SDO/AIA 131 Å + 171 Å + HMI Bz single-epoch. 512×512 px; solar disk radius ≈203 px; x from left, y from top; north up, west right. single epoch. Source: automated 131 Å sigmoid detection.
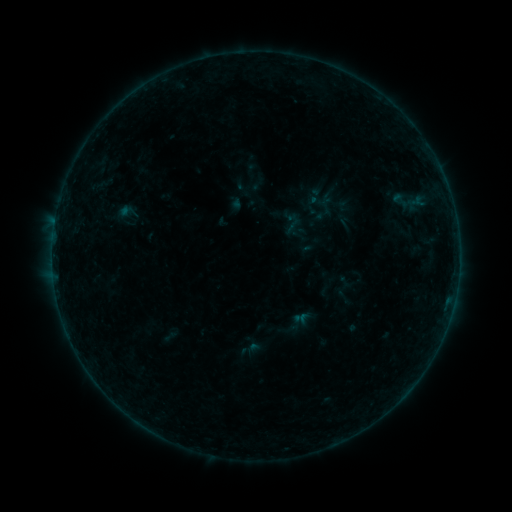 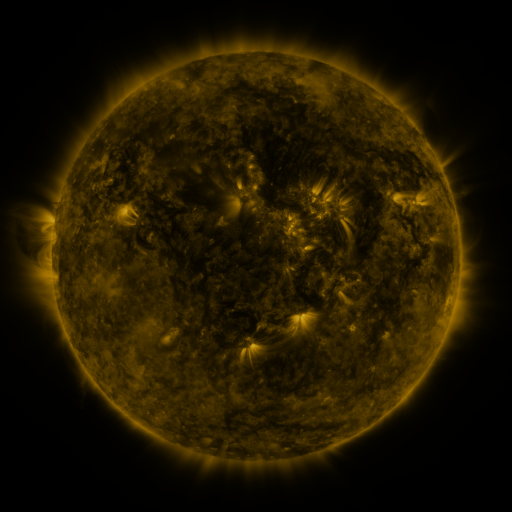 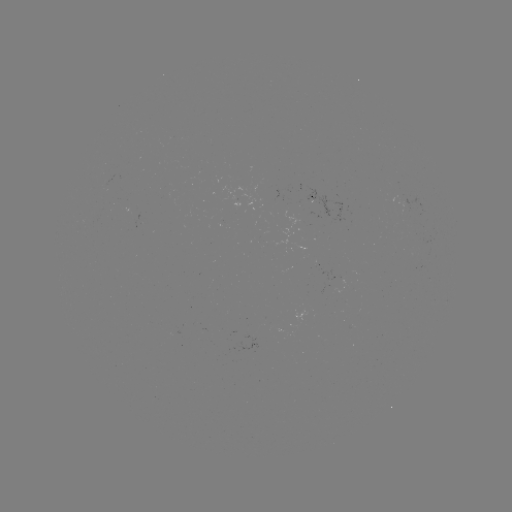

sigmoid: <bbox>387, 190, 414, 210</bbox>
